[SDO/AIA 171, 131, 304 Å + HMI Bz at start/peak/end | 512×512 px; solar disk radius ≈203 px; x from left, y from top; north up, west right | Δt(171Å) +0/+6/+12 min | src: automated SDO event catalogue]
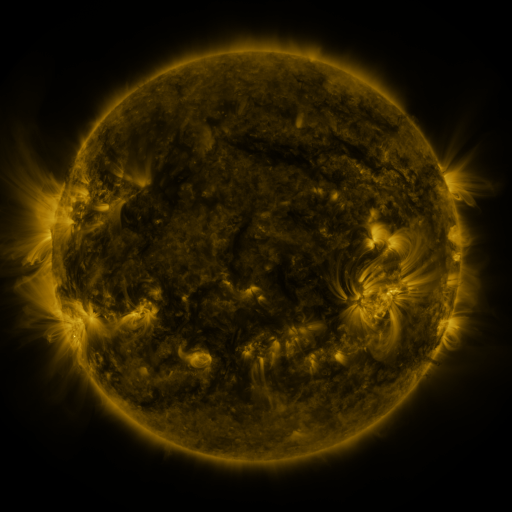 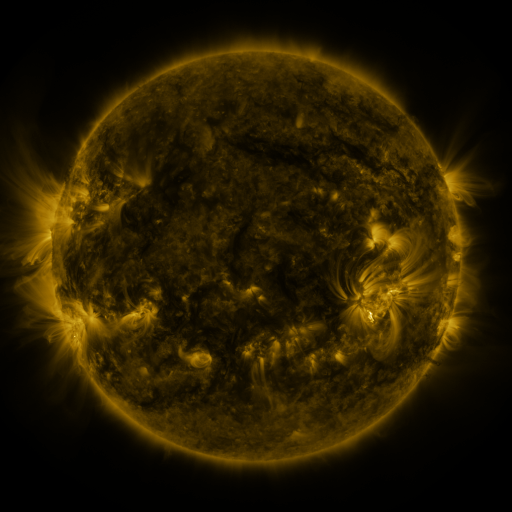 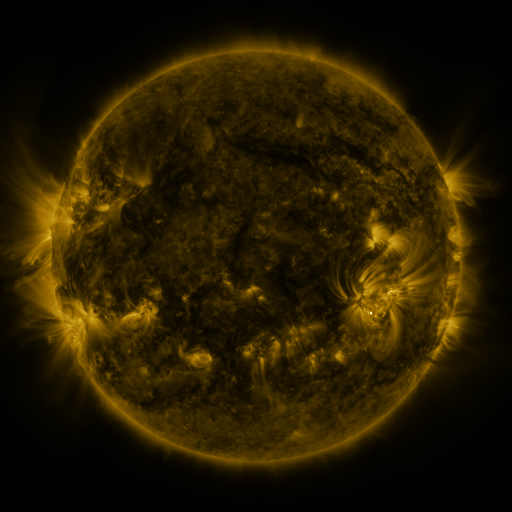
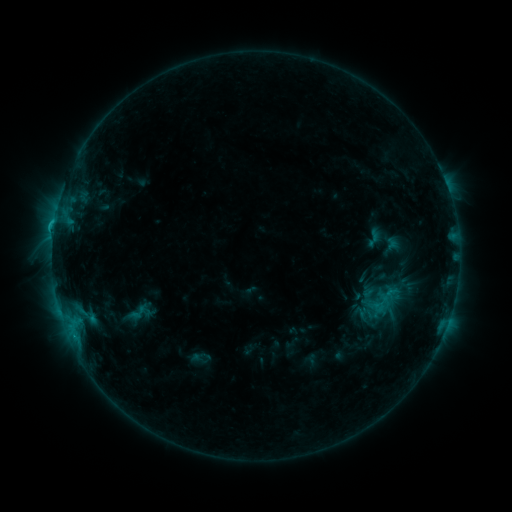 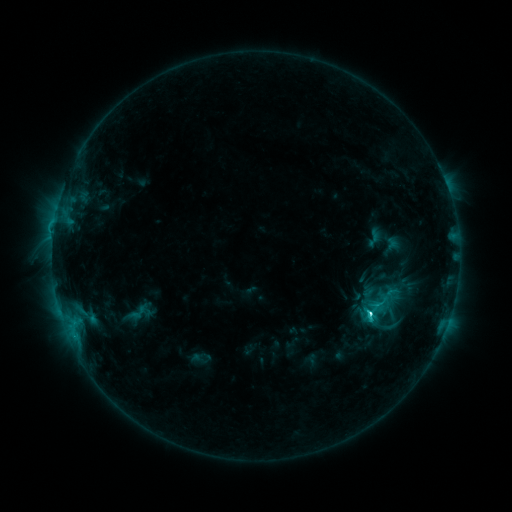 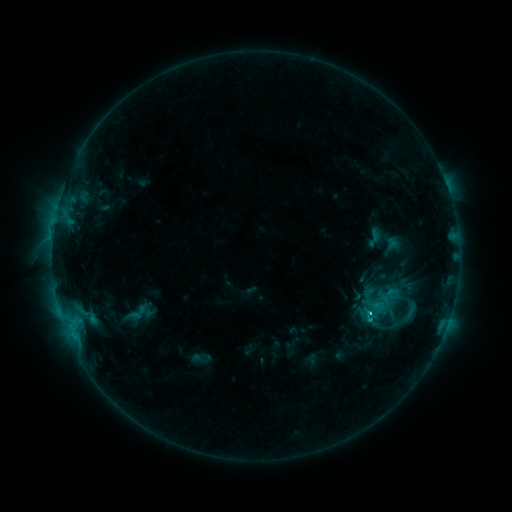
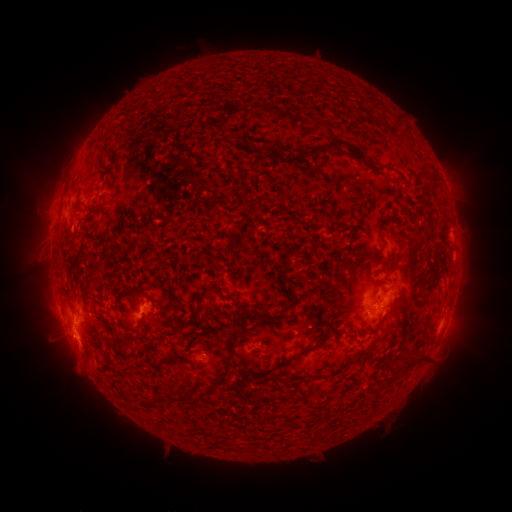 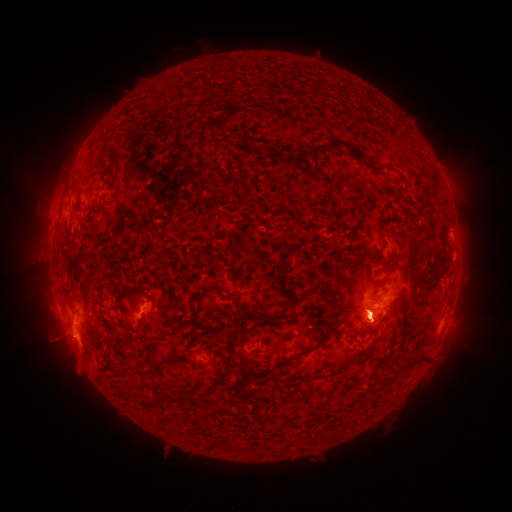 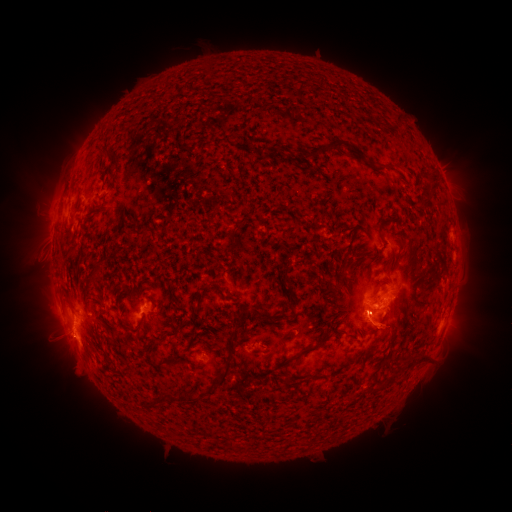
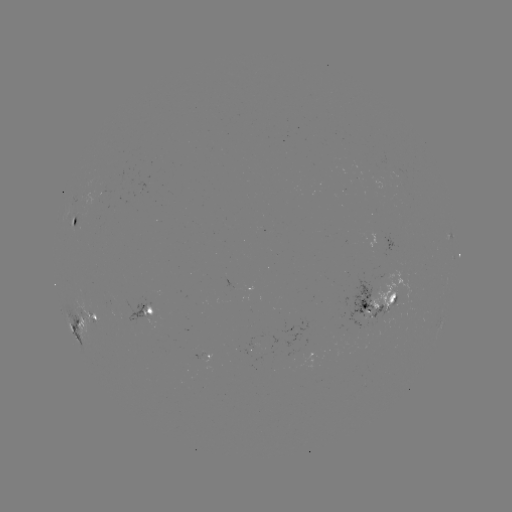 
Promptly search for C5.0 flare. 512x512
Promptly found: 369,314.